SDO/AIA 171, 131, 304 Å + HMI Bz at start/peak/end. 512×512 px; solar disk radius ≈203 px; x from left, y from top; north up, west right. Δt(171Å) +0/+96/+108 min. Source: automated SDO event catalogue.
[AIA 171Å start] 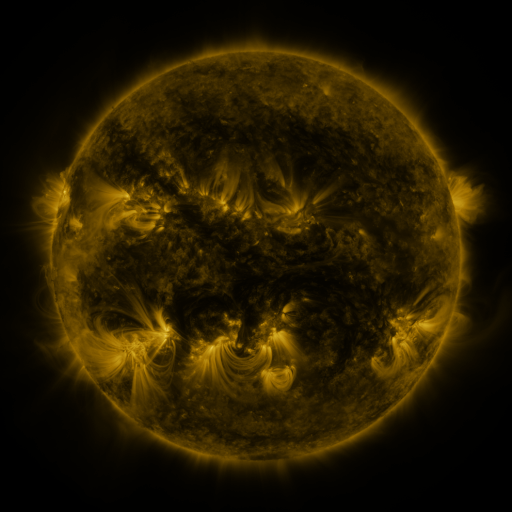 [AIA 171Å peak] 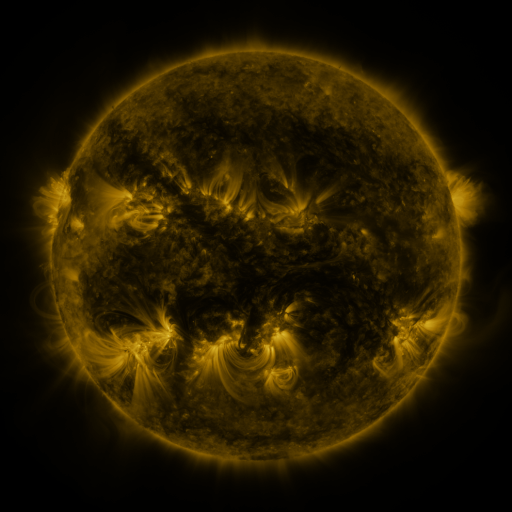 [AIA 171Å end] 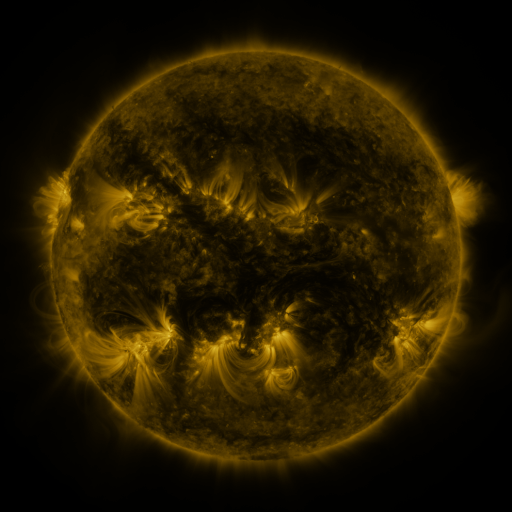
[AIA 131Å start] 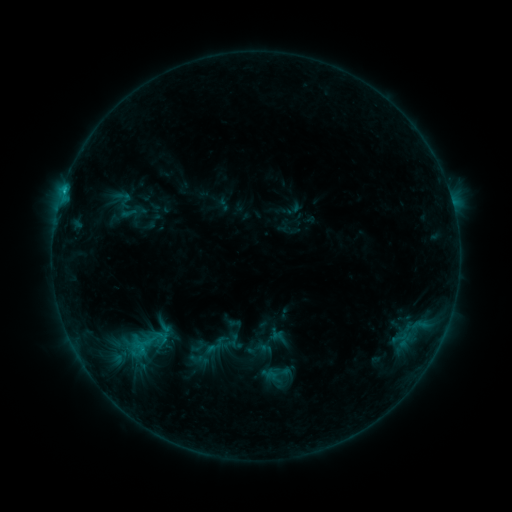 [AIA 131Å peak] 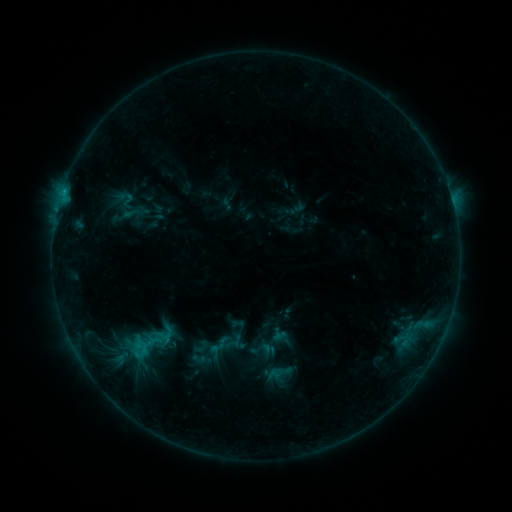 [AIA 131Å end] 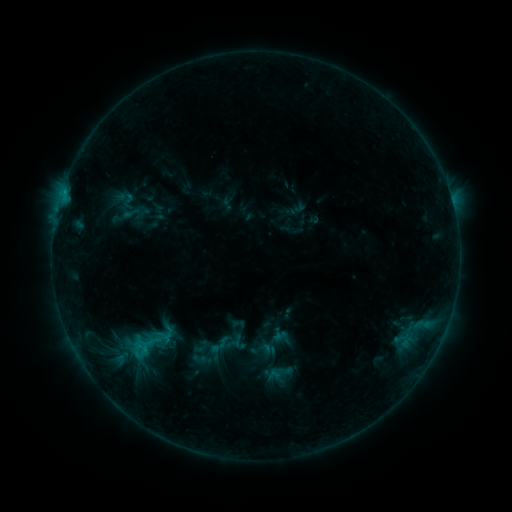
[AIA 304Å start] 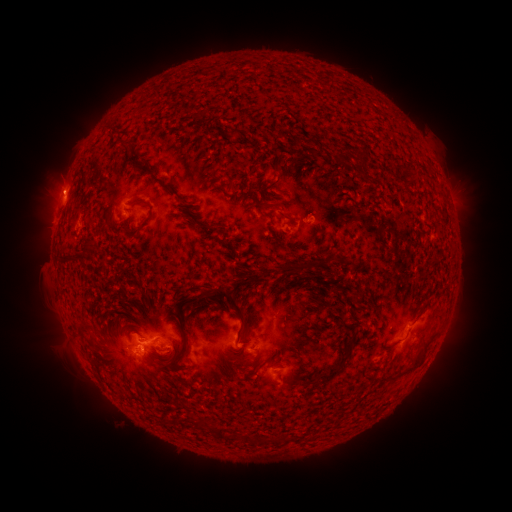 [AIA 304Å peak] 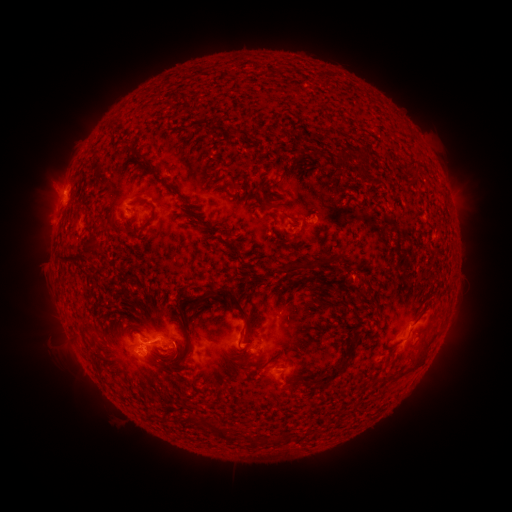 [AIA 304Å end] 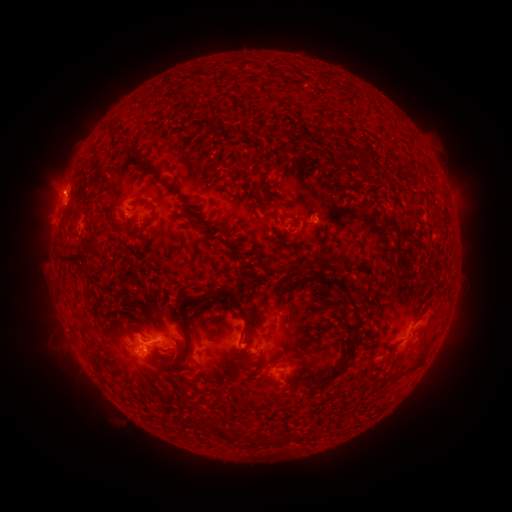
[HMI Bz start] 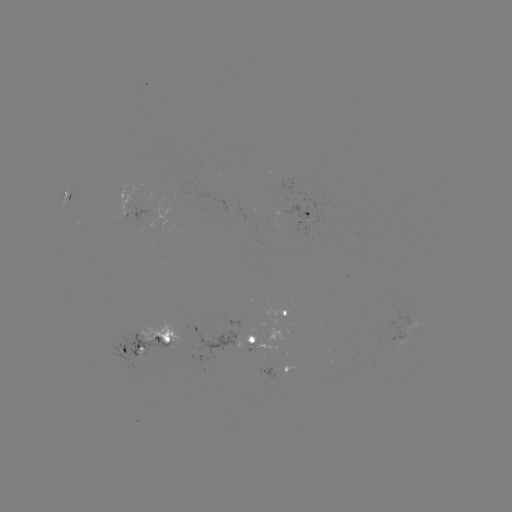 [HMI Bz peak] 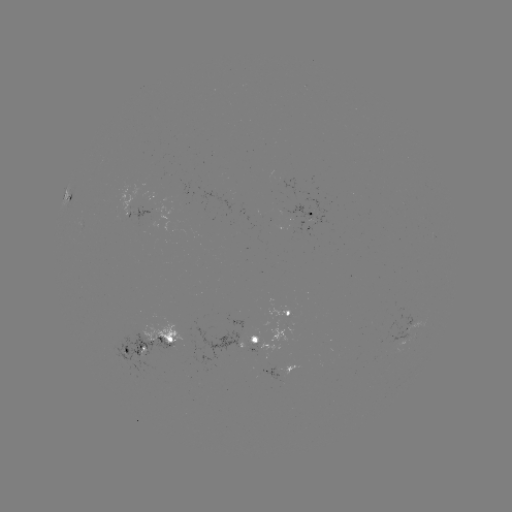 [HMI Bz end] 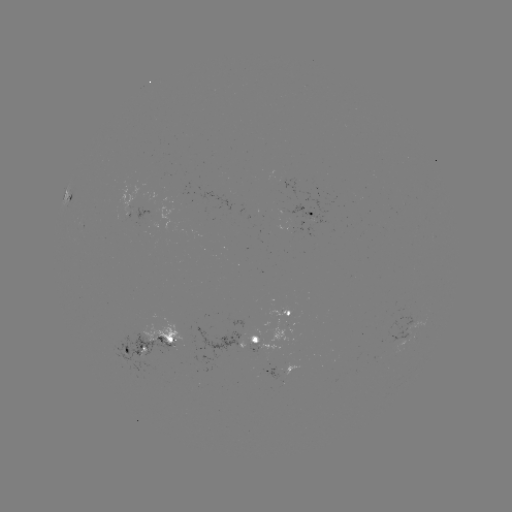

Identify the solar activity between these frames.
emerging-flux region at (147, 218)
